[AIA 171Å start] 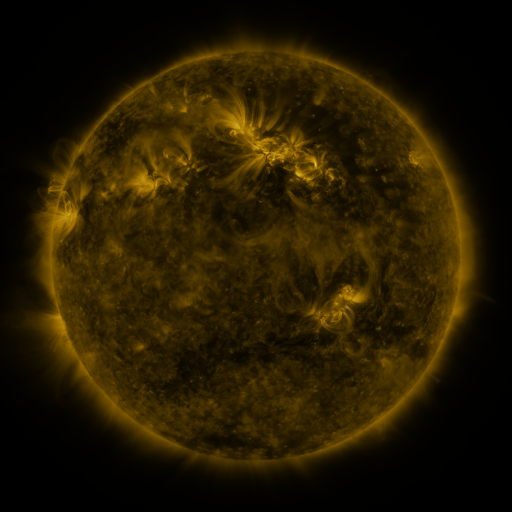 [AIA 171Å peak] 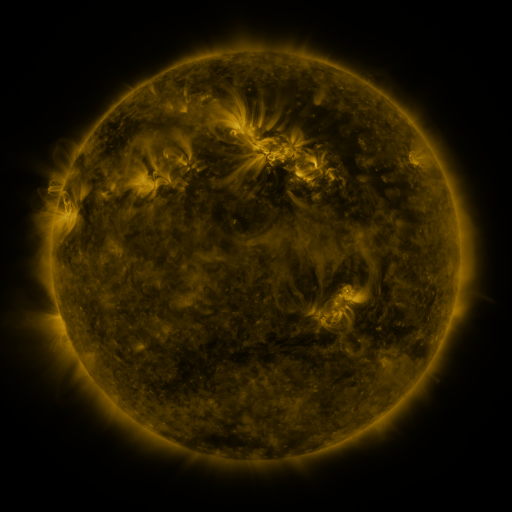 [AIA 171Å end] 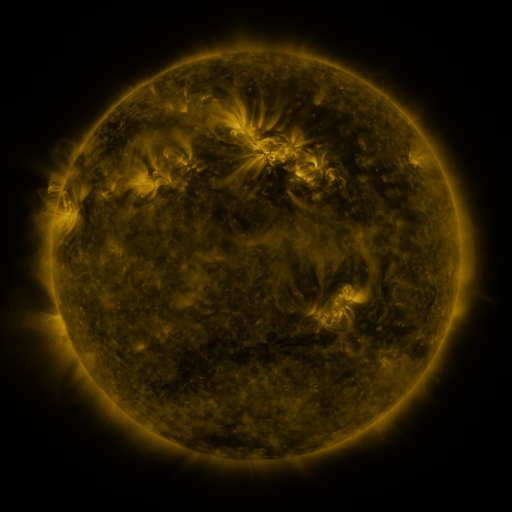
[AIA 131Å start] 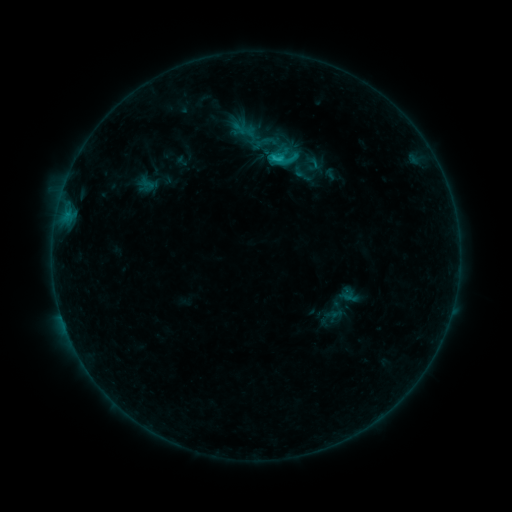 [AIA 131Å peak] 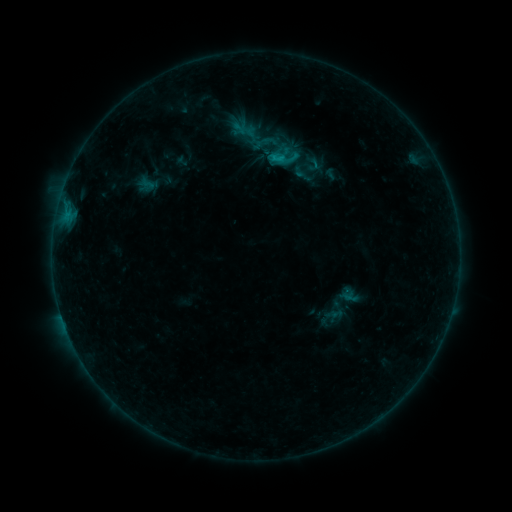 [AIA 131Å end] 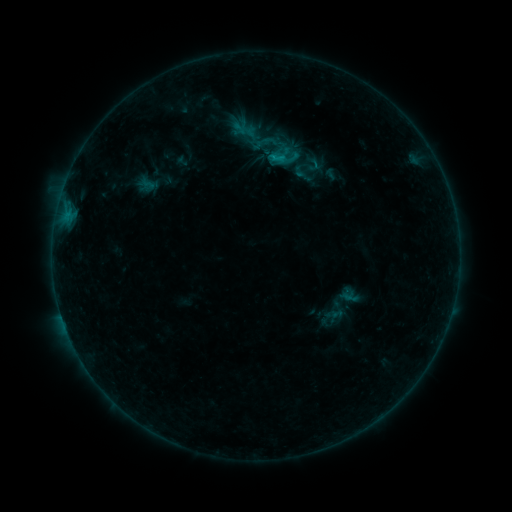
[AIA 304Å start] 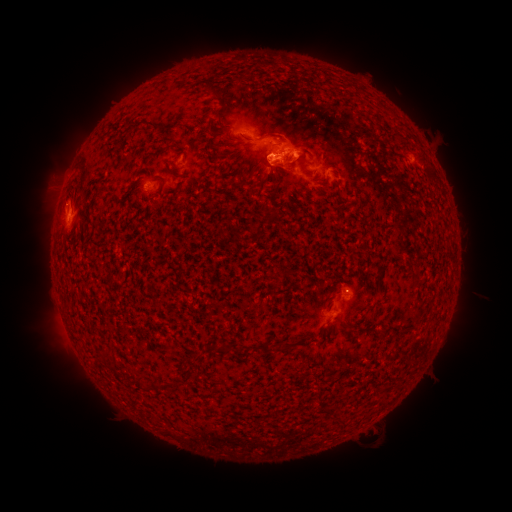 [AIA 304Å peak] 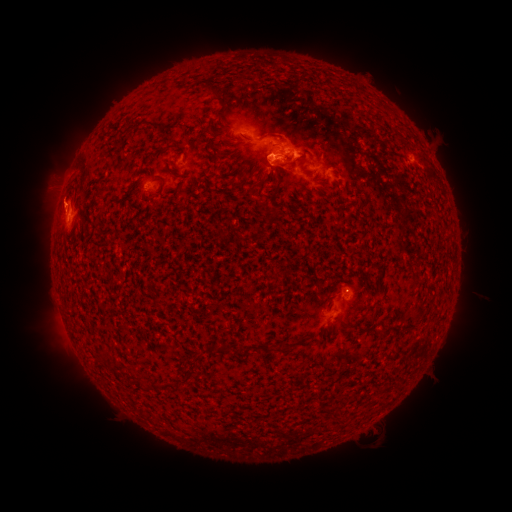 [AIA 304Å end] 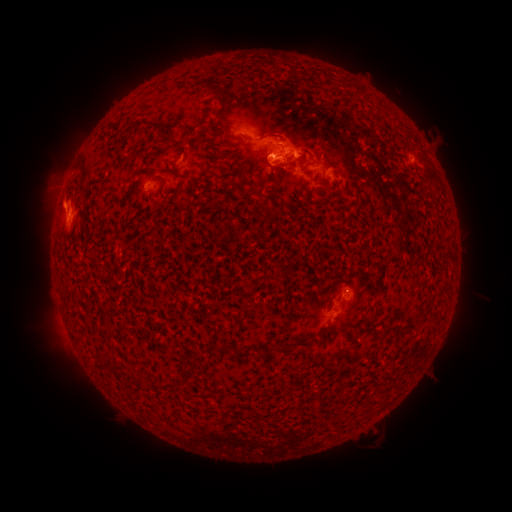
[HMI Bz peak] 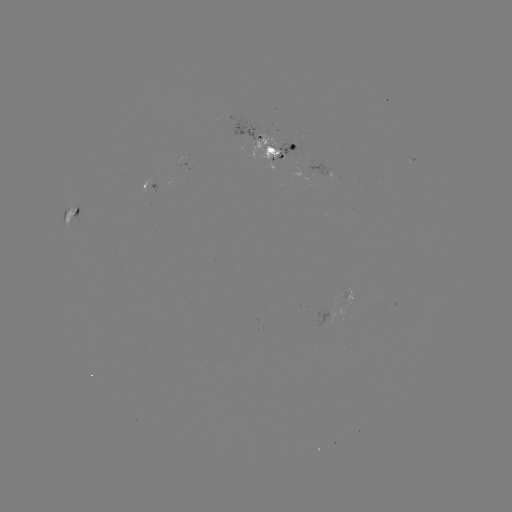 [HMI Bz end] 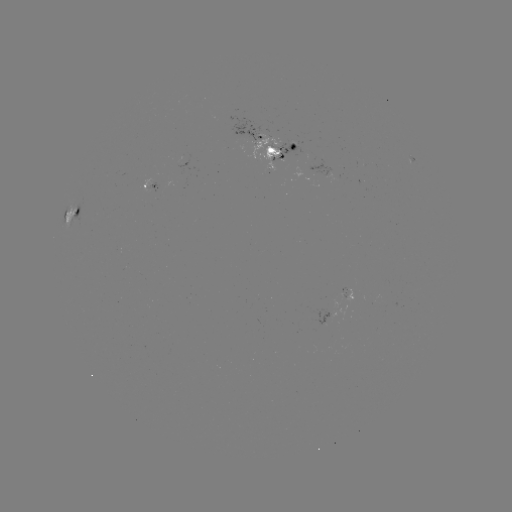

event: eruption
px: (54, 200)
